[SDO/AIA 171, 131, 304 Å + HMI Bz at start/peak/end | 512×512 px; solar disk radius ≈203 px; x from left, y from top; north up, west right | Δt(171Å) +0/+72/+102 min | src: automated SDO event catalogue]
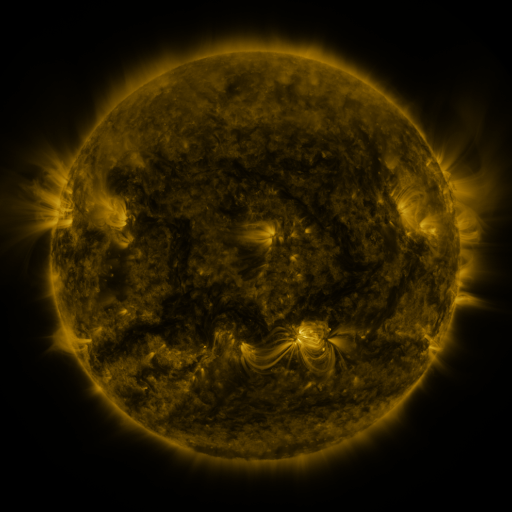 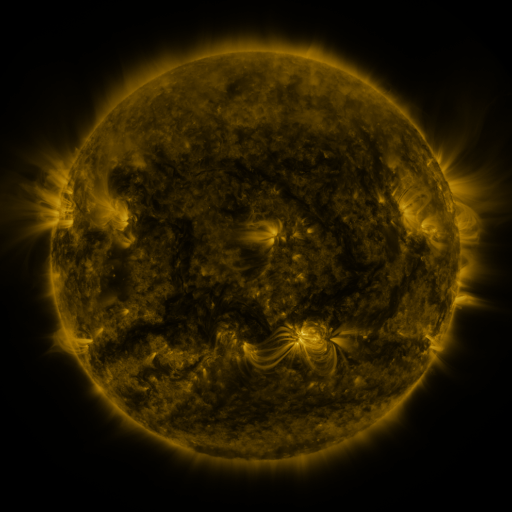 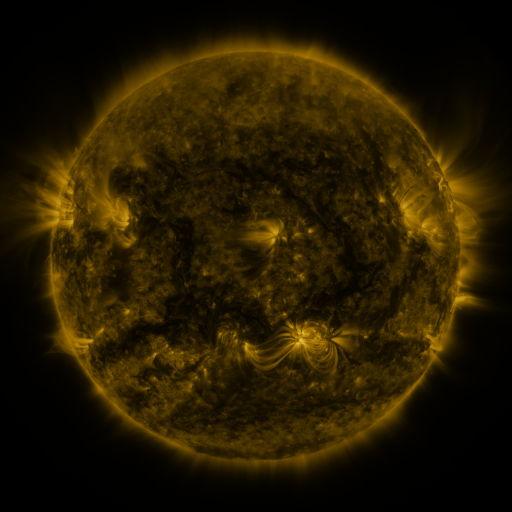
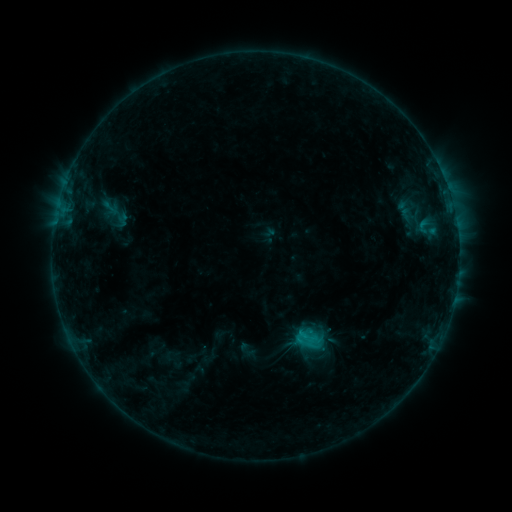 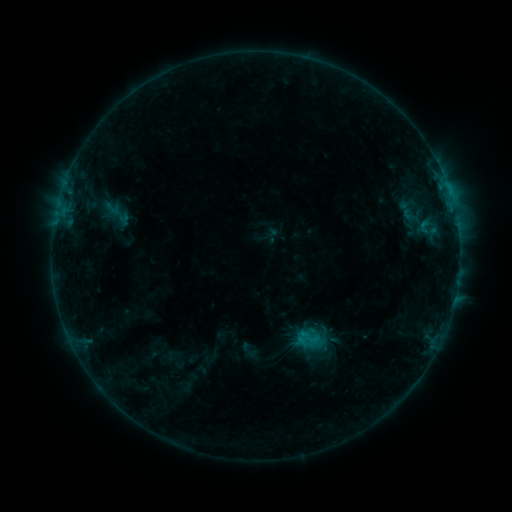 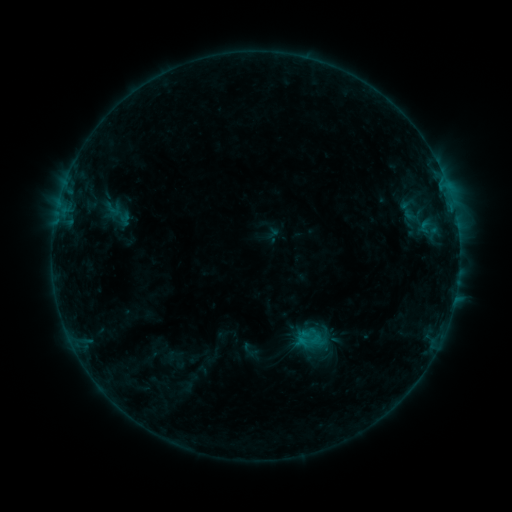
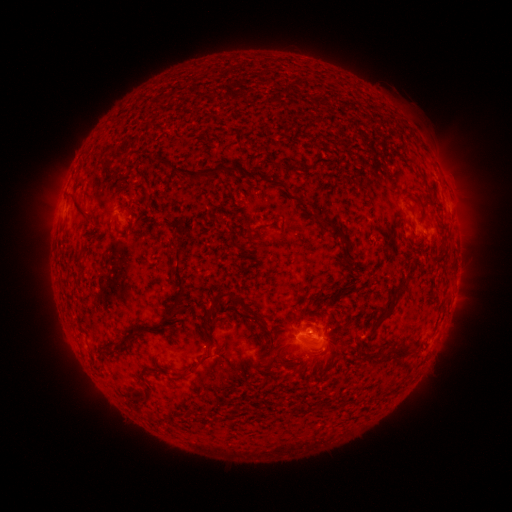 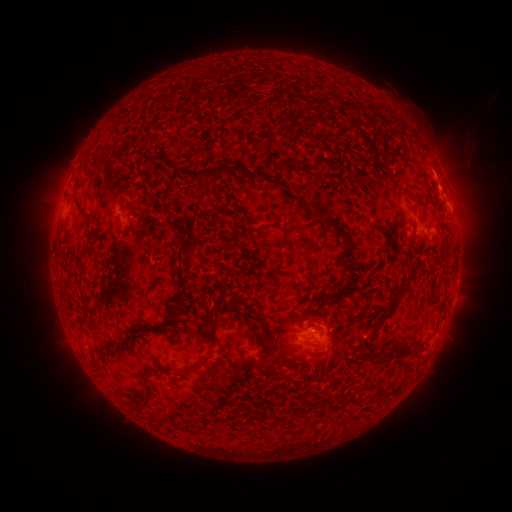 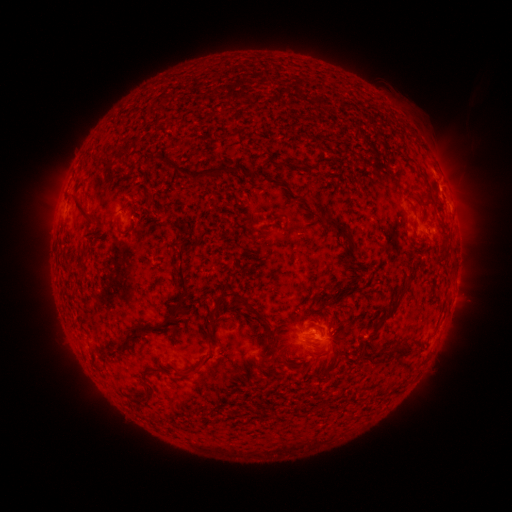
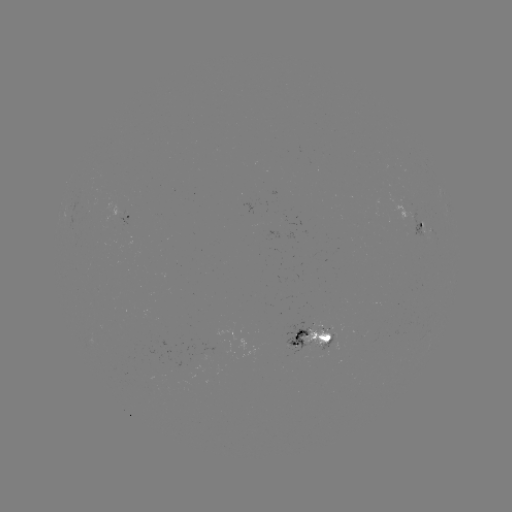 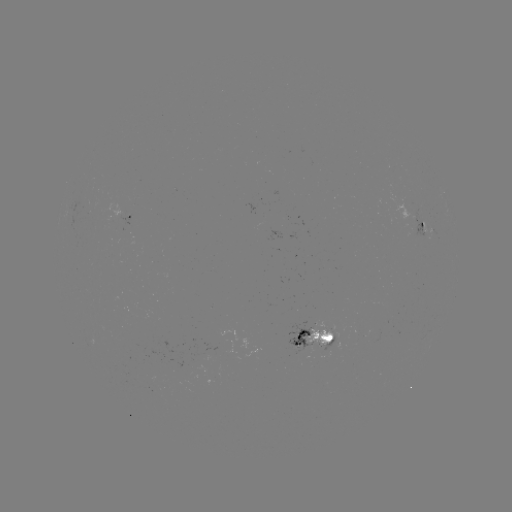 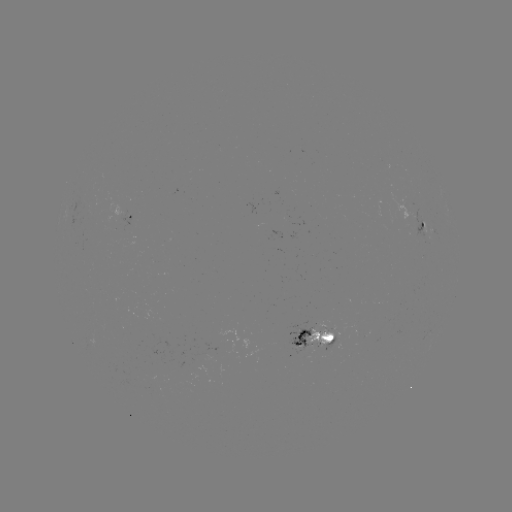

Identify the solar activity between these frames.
emerging-flux region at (298, 342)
